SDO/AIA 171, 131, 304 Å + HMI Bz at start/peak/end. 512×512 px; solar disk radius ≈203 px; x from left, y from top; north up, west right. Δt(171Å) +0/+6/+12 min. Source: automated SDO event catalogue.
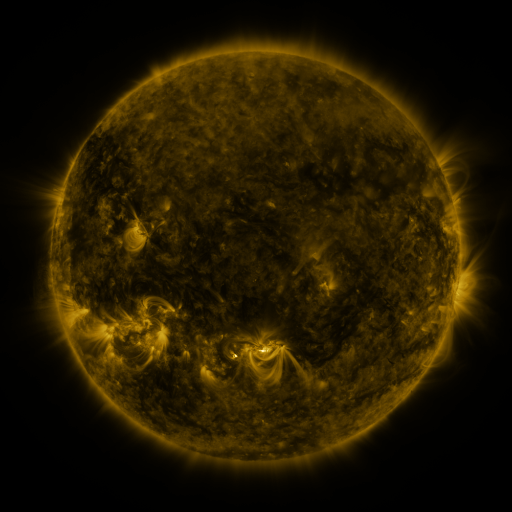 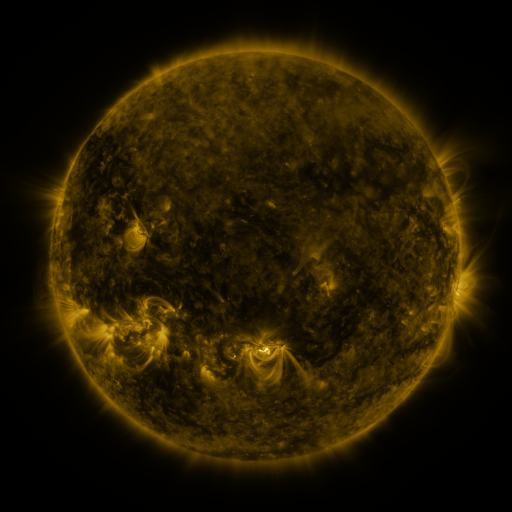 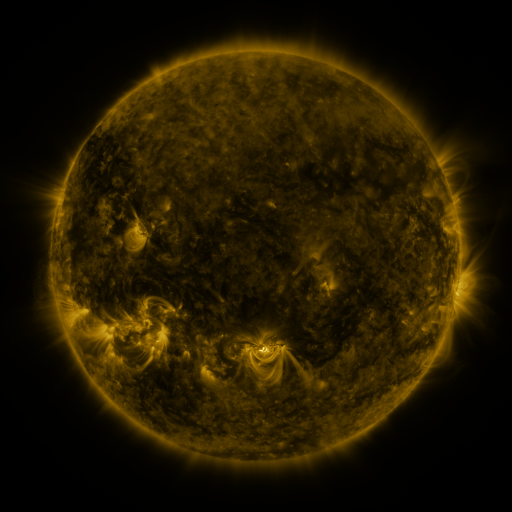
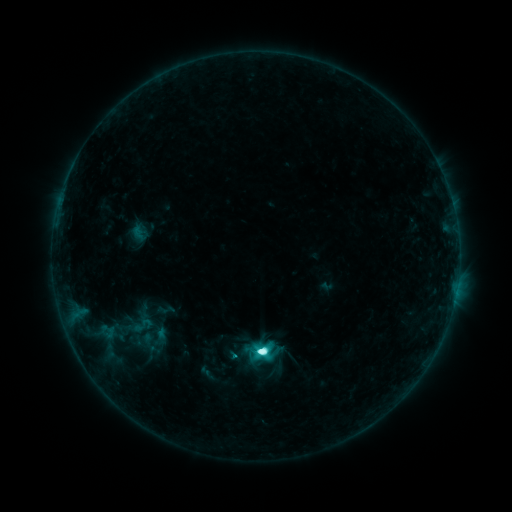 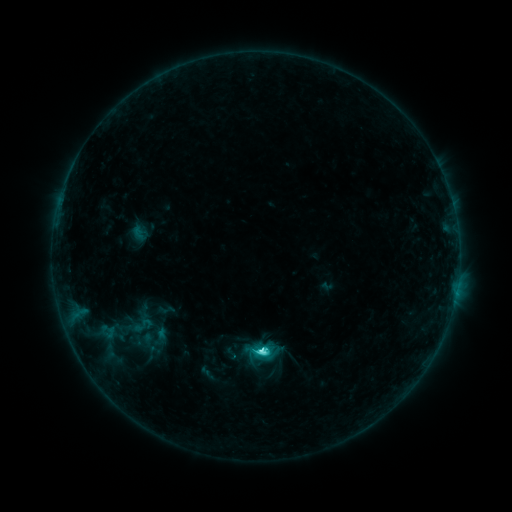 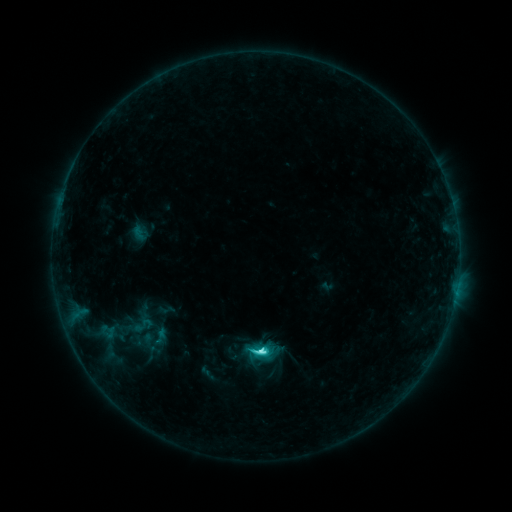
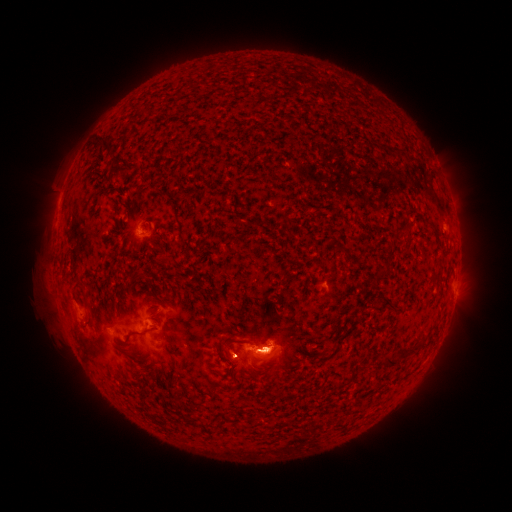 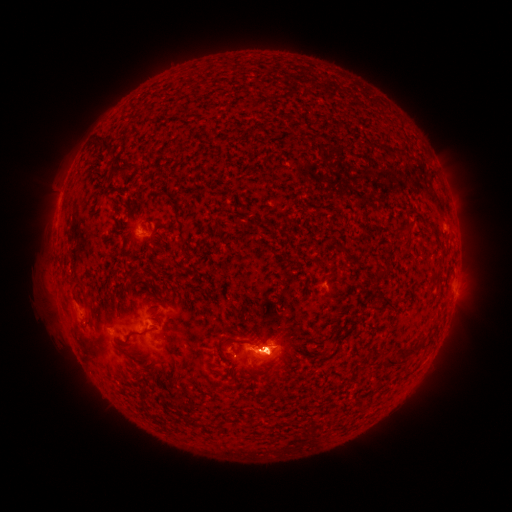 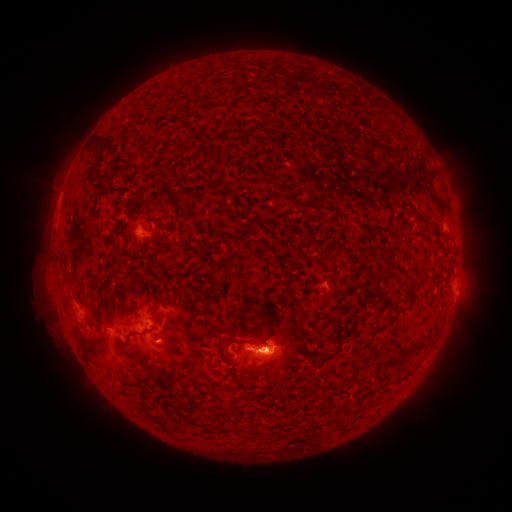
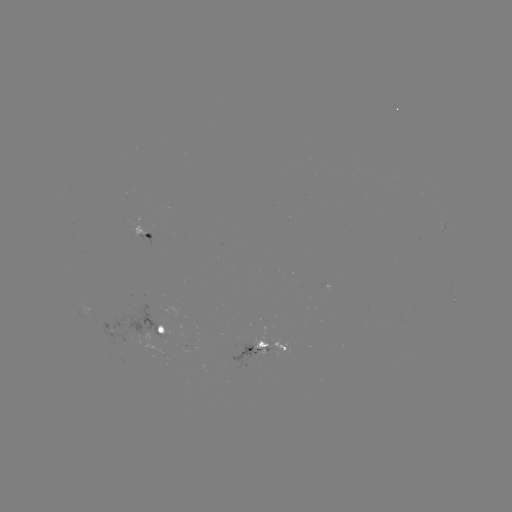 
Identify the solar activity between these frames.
C4.9 flare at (259, 349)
